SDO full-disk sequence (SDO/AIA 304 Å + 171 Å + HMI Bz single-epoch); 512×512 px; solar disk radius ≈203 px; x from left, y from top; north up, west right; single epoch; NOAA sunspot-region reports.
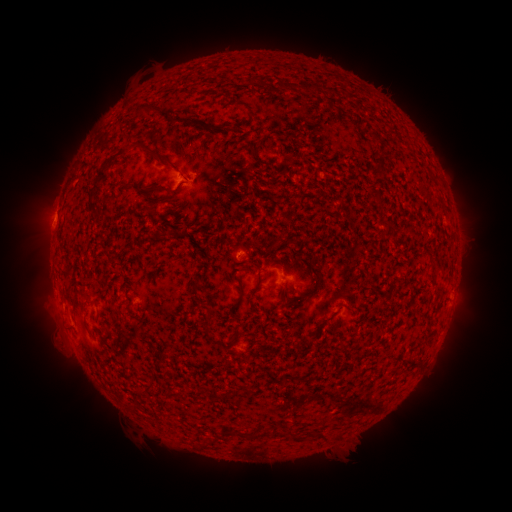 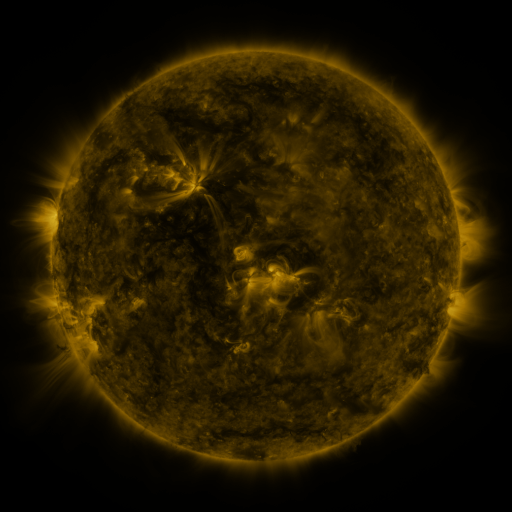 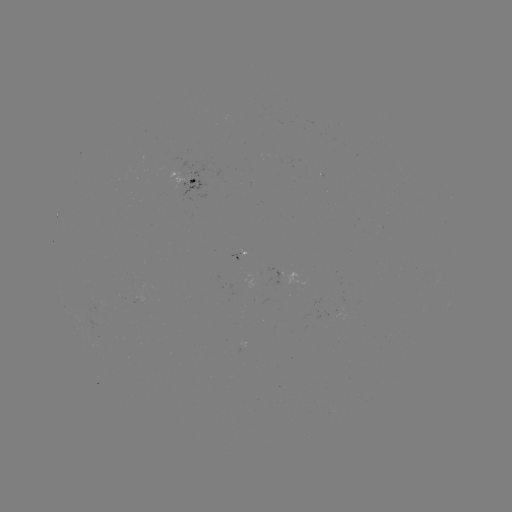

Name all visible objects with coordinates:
spotted active region: (195, 181)
spotted active region: (241, 253)
spotted active region: (294, 275)
